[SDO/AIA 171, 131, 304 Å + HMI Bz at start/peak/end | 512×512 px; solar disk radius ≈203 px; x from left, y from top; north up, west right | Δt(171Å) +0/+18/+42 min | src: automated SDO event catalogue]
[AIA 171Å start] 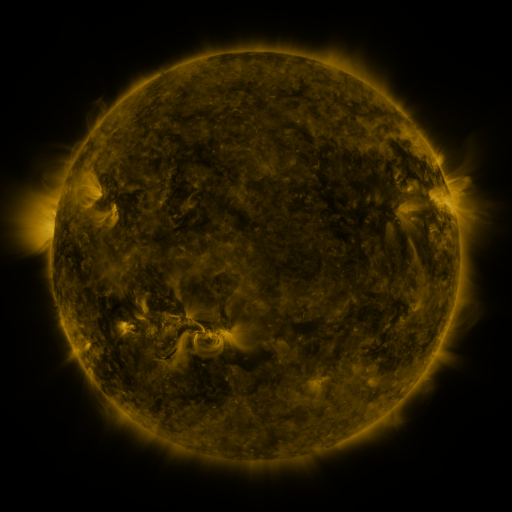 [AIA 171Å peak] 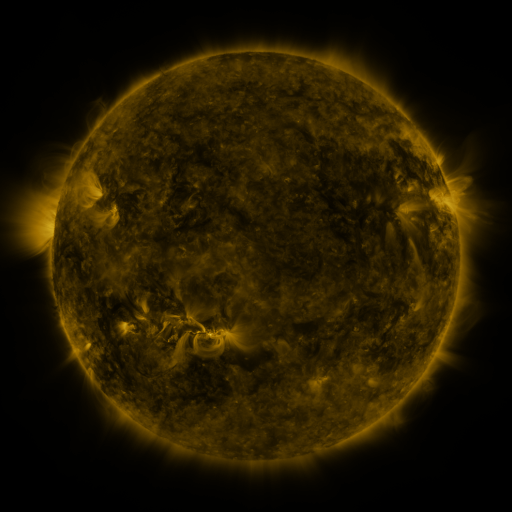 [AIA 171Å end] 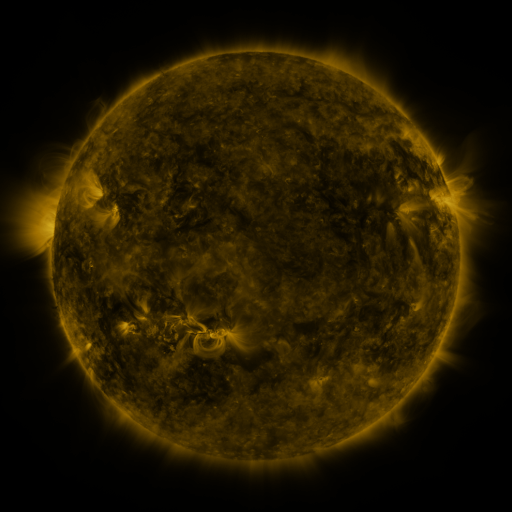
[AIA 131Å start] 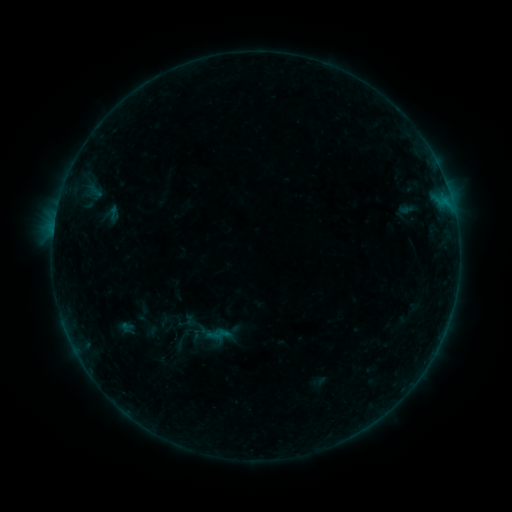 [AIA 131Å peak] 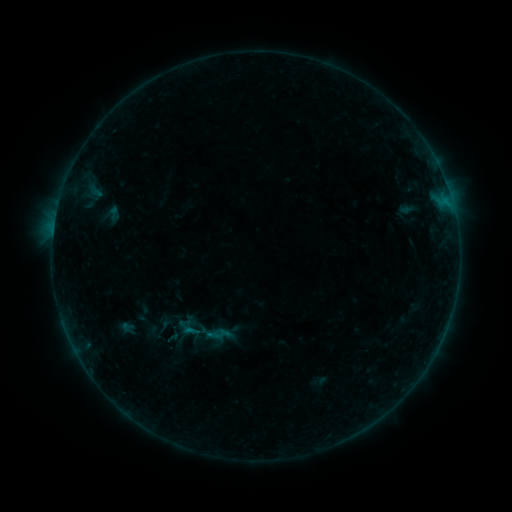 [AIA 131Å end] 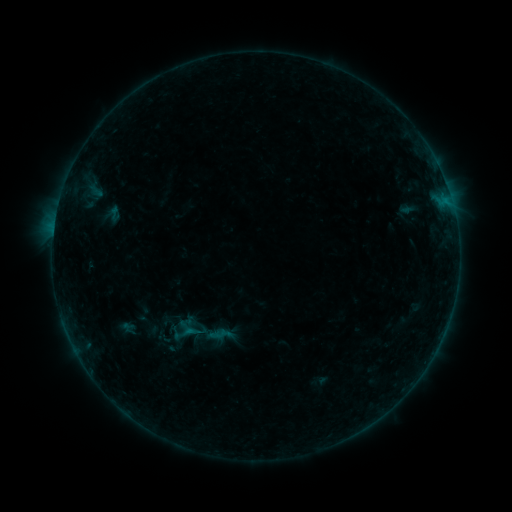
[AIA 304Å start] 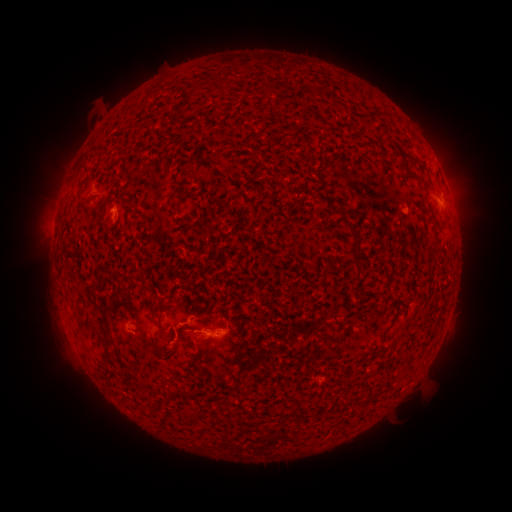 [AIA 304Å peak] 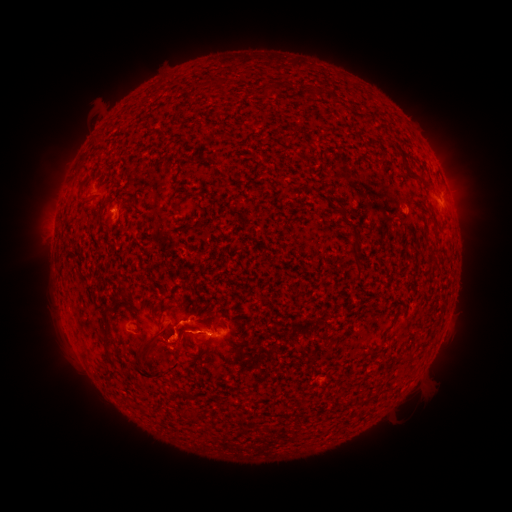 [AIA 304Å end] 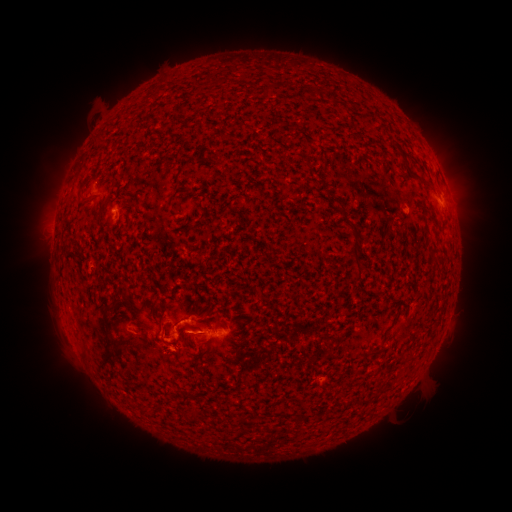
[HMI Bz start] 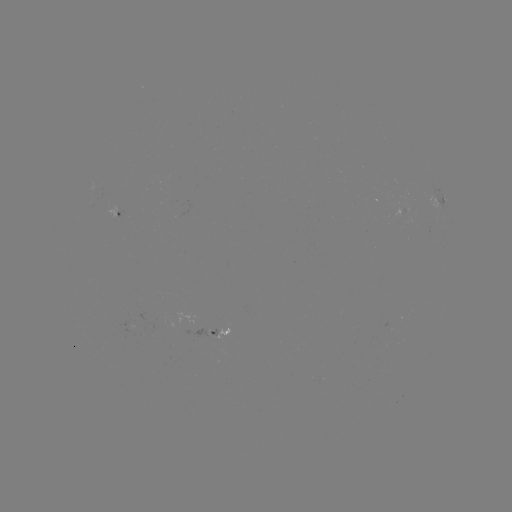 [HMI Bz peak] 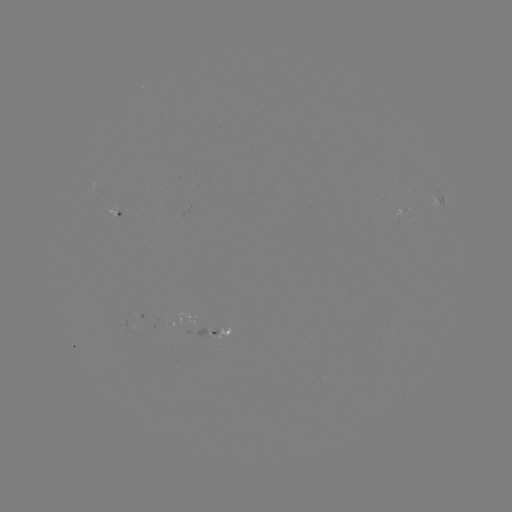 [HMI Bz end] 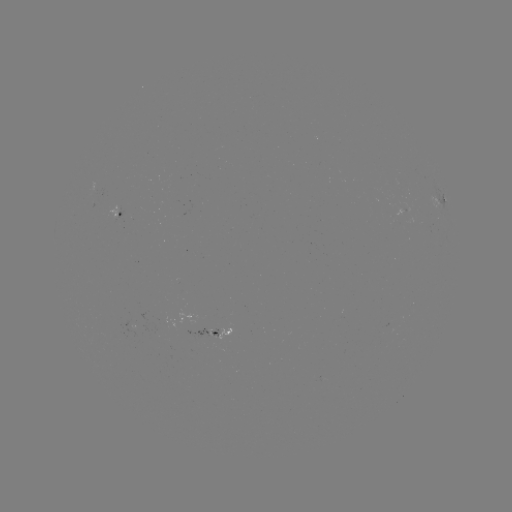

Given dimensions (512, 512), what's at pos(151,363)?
eruption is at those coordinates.